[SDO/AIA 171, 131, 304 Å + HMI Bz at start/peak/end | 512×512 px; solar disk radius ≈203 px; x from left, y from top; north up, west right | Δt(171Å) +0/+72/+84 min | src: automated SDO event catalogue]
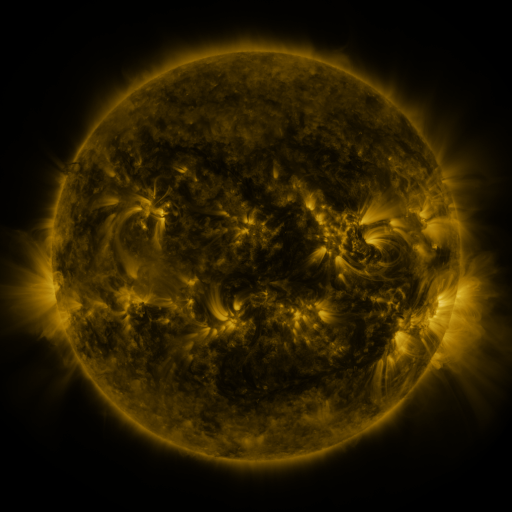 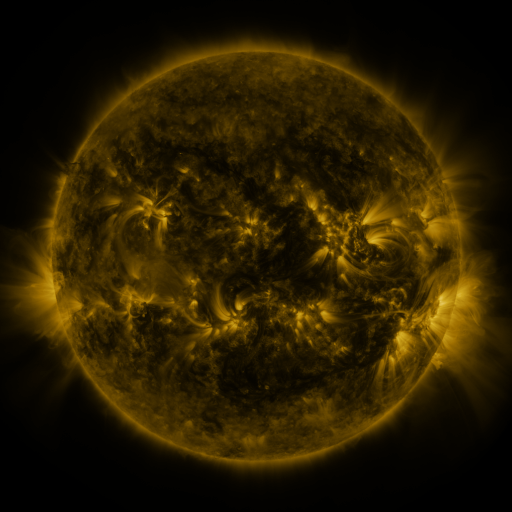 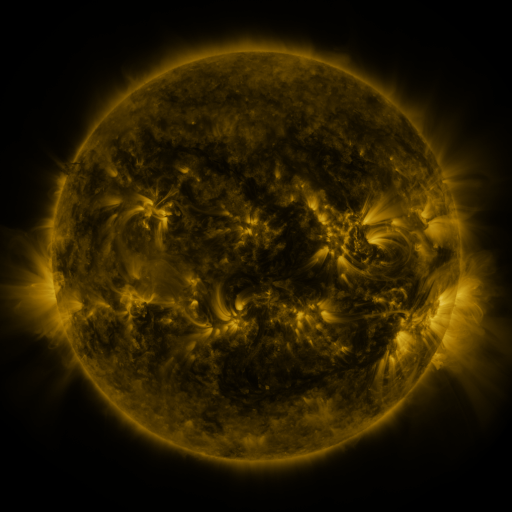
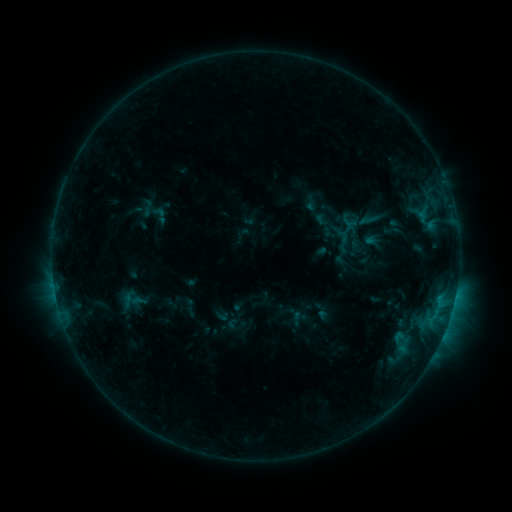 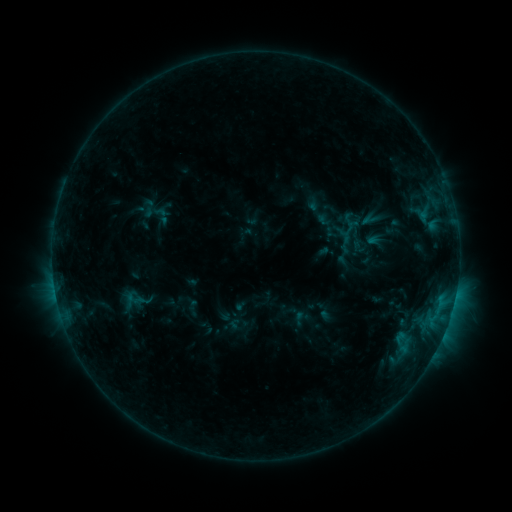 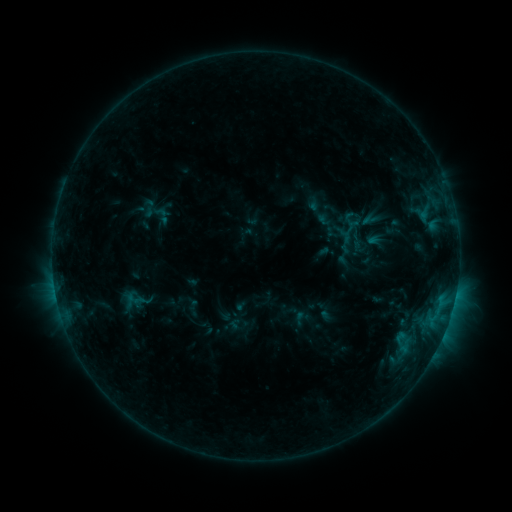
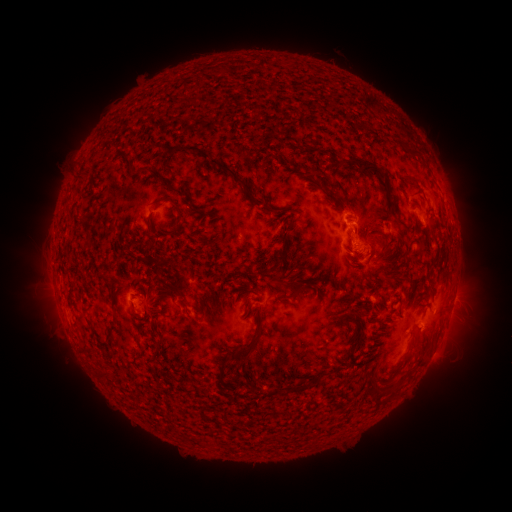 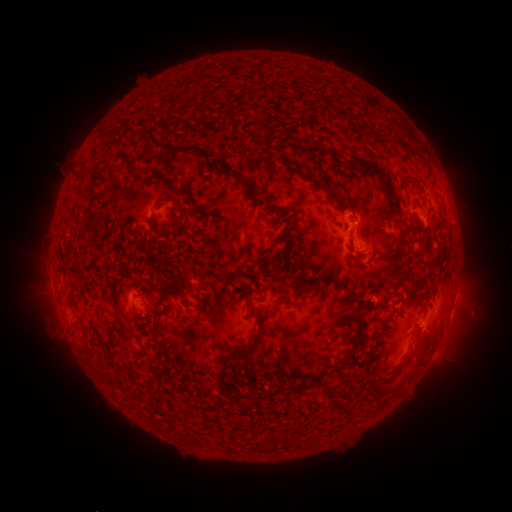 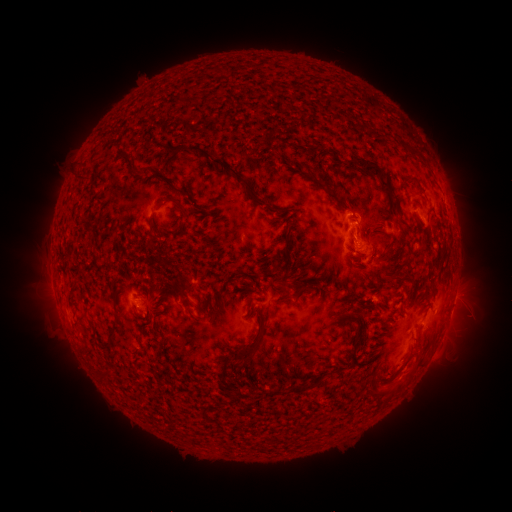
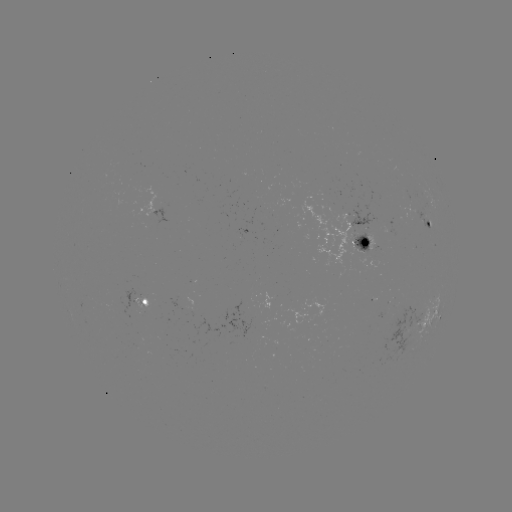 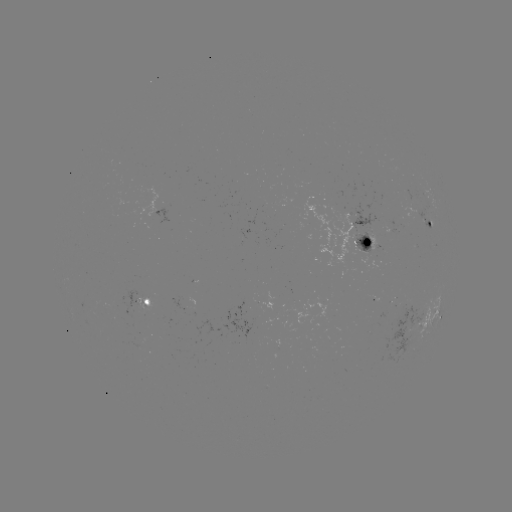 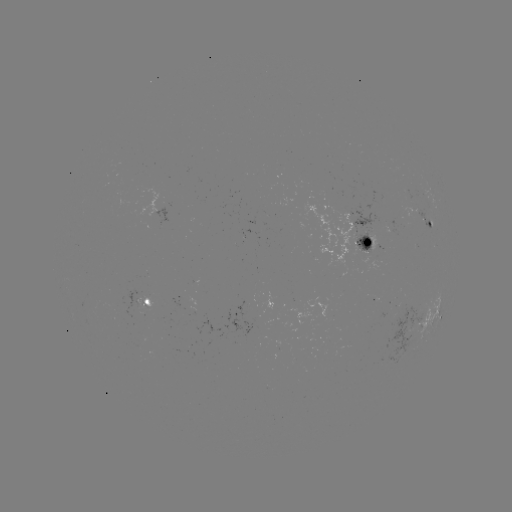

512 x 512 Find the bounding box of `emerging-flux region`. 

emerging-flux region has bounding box [348, 203, 382, 239].